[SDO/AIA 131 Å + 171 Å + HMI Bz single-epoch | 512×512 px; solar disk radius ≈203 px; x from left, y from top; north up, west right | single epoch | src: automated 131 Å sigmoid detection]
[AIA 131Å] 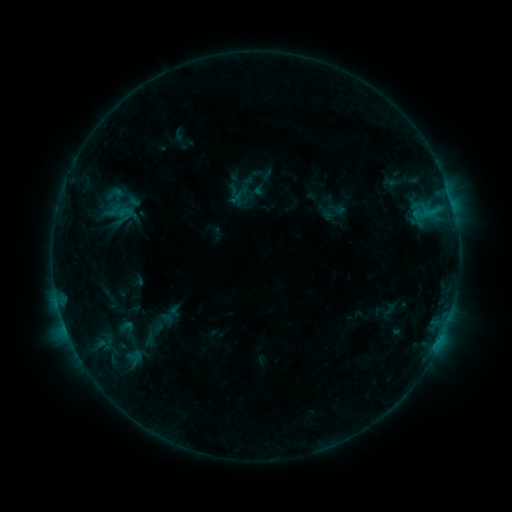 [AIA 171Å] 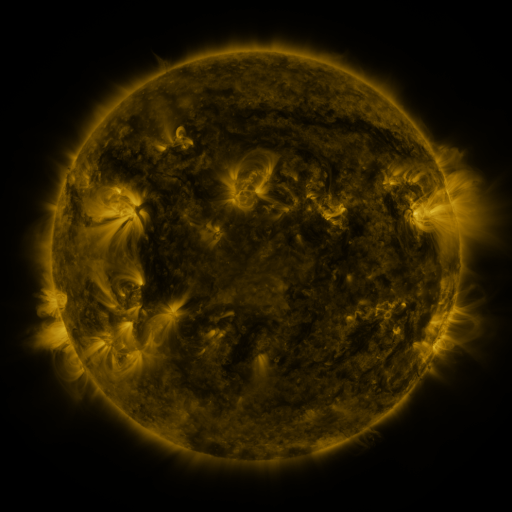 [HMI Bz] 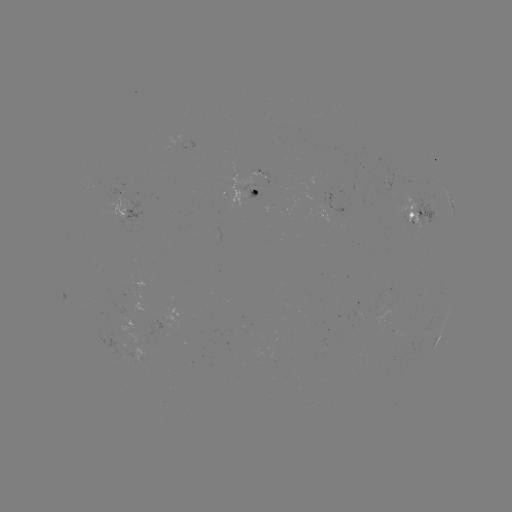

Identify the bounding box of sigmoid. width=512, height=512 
[117, 203, 137, 223].